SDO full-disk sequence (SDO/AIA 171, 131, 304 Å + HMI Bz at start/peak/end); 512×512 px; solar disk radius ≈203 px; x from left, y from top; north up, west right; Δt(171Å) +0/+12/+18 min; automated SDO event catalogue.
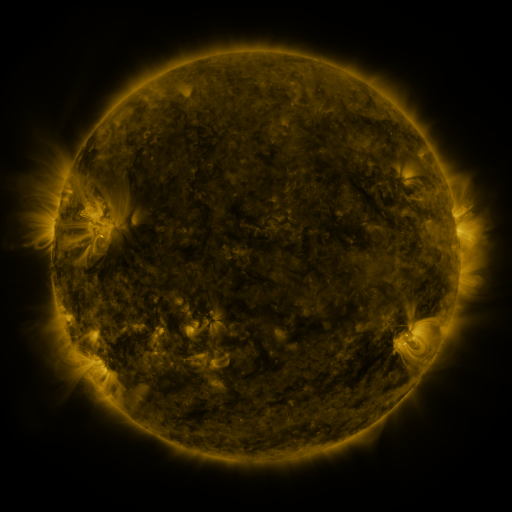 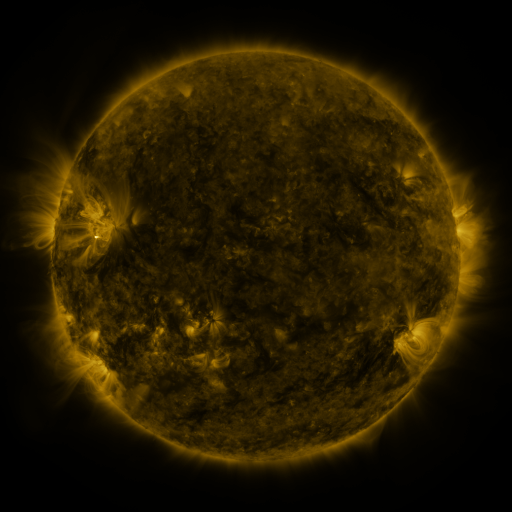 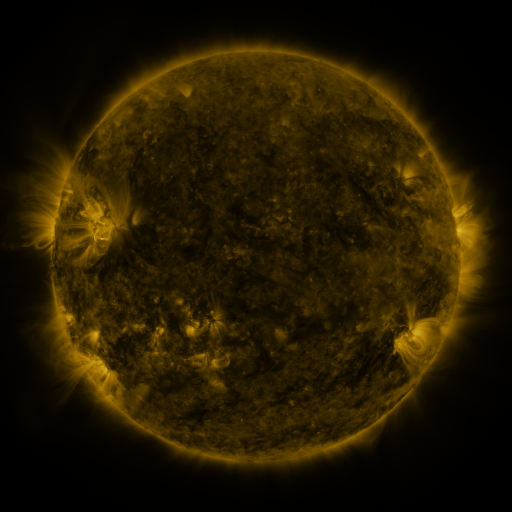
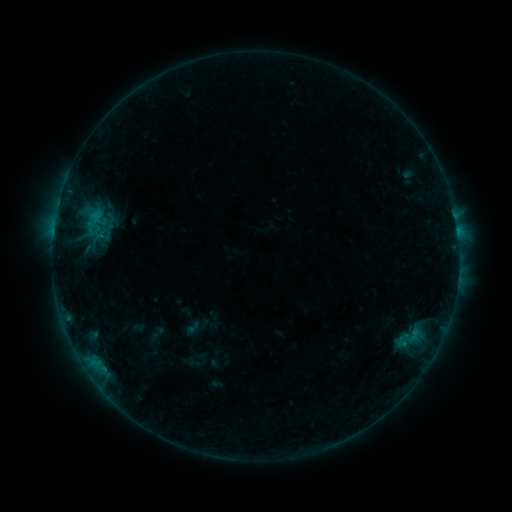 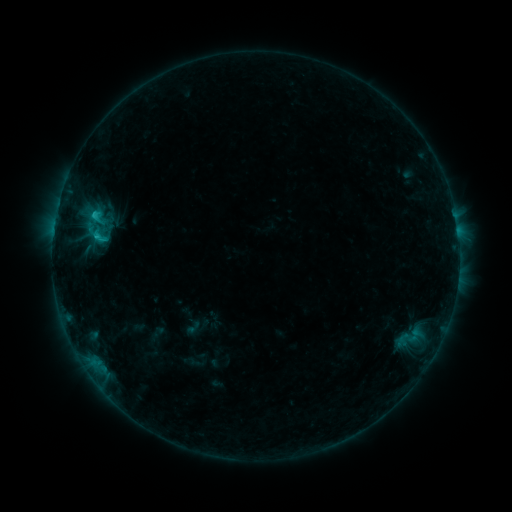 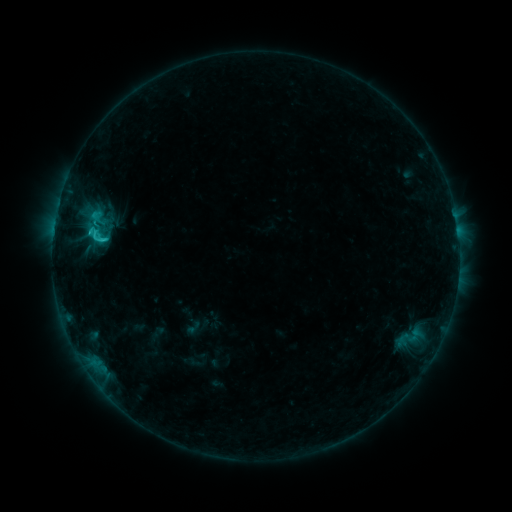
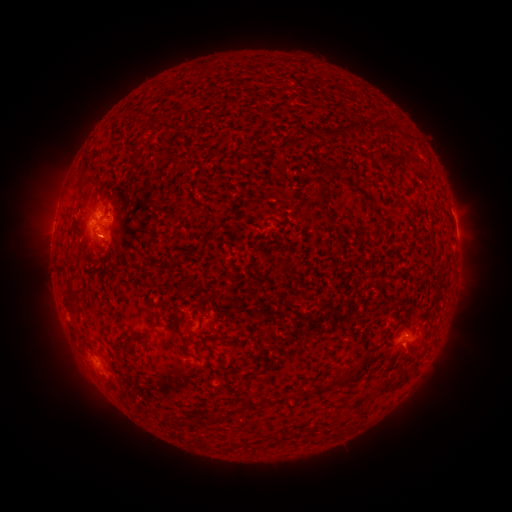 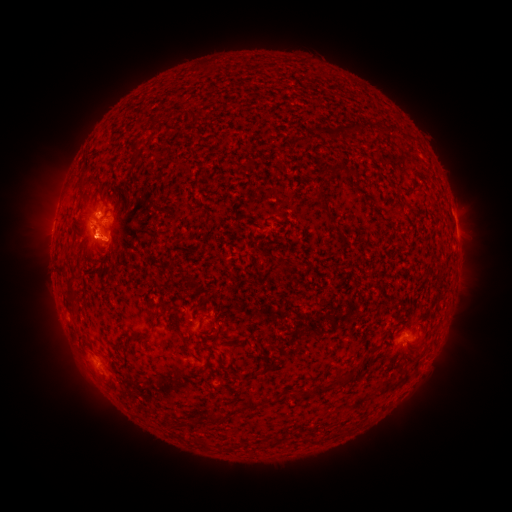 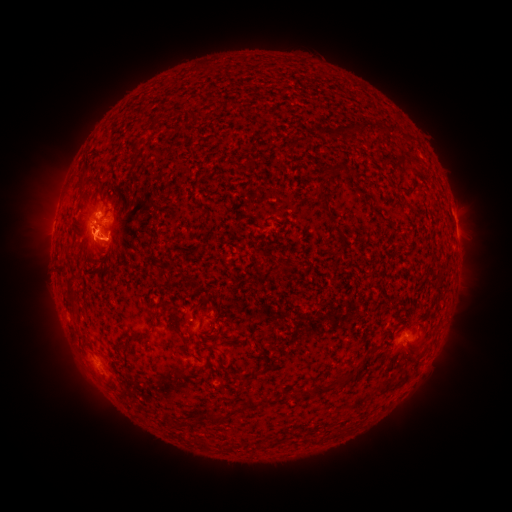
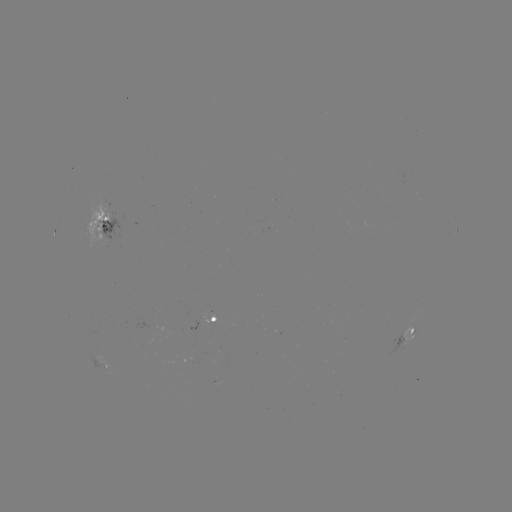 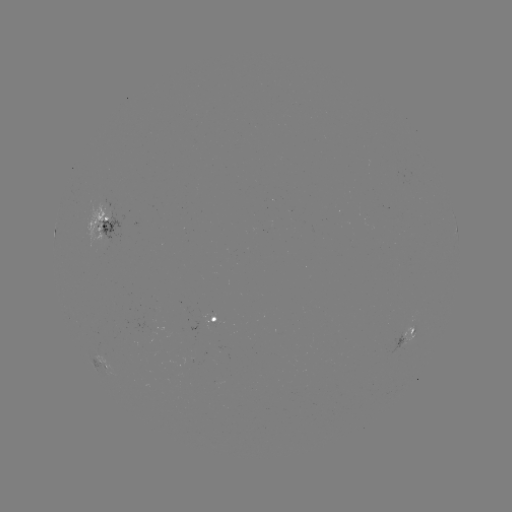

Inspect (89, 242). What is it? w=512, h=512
eruption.